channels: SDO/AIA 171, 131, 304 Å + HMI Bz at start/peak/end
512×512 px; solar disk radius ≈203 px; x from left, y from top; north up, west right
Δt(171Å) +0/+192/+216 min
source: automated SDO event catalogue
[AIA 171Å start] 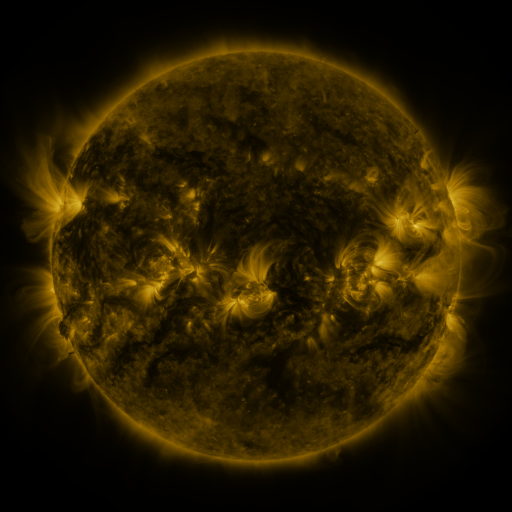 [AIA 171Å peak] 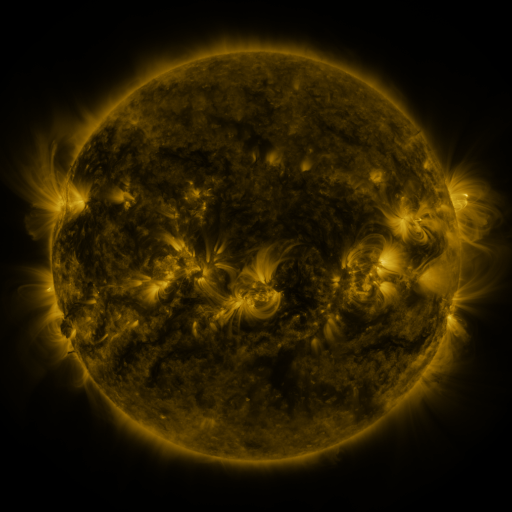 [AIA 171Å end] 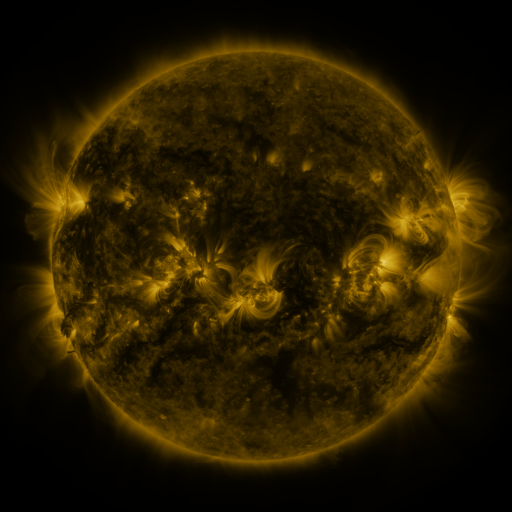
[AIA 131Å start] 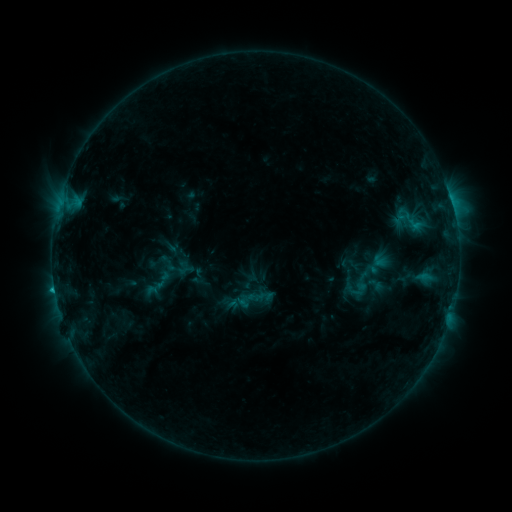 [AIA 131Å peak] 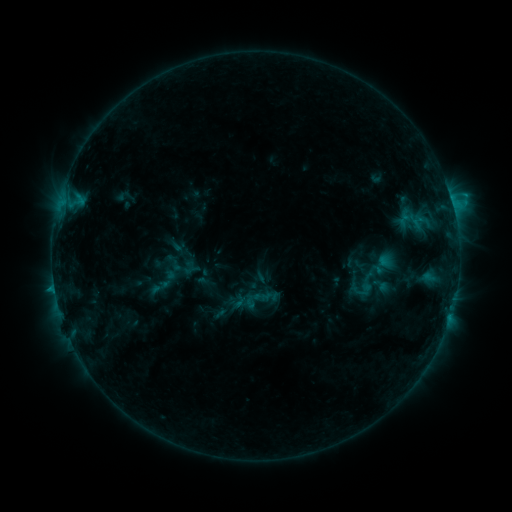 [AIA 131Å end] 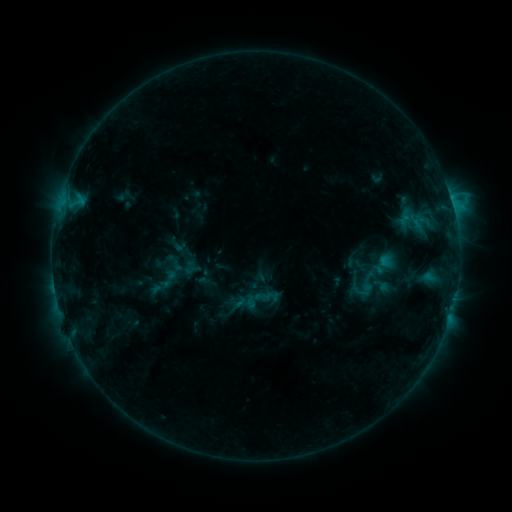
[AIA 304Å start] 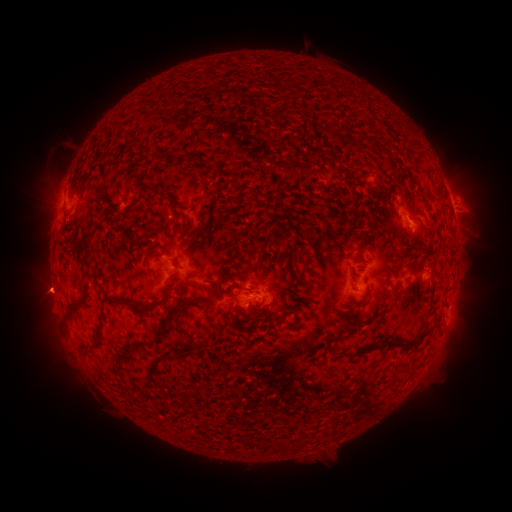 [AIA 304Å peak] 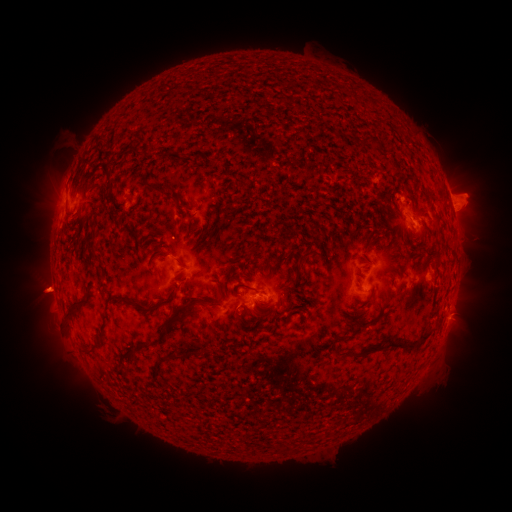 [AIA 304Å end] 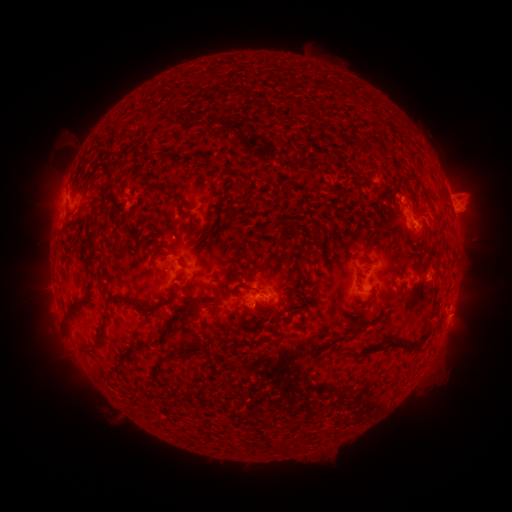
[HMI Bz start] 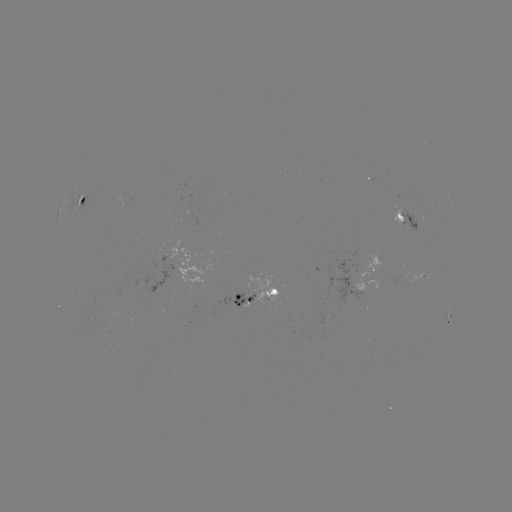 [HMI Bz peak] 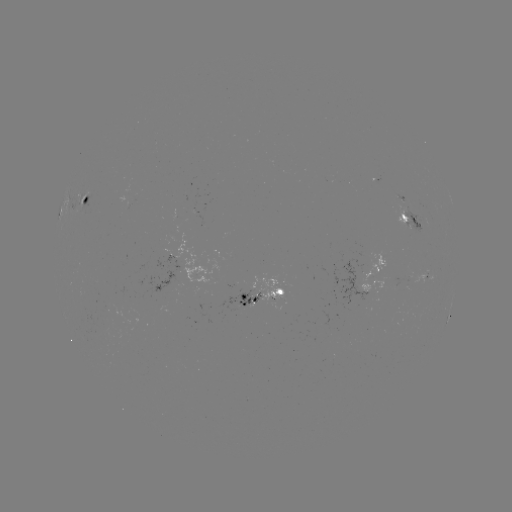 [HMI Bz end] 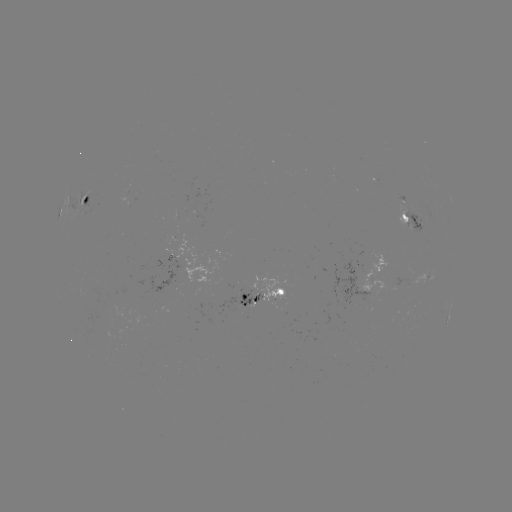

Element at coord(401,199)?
emerging-flux region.